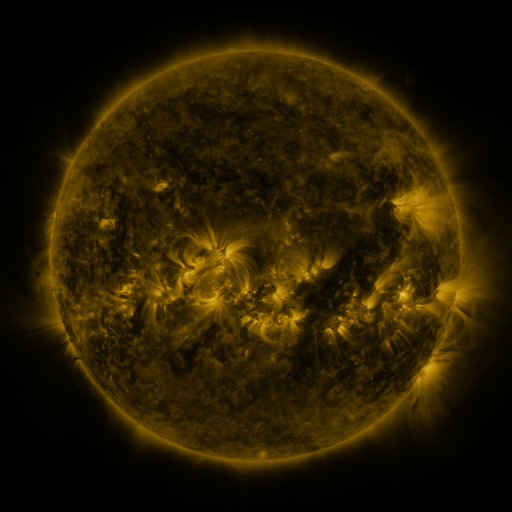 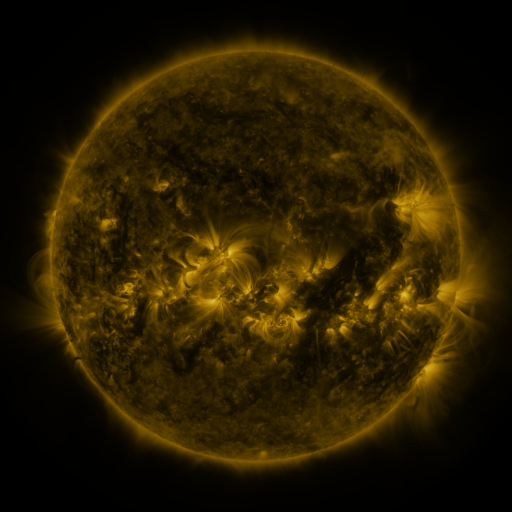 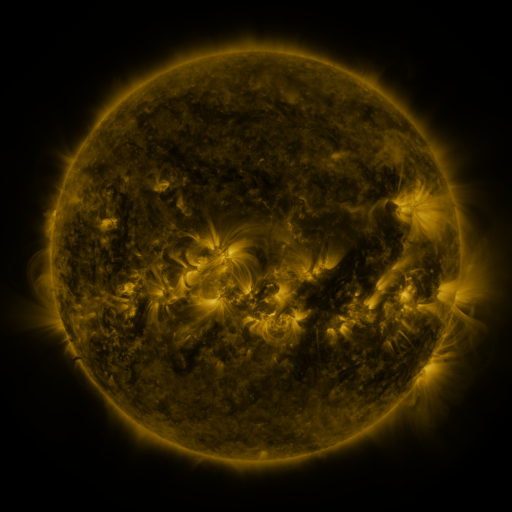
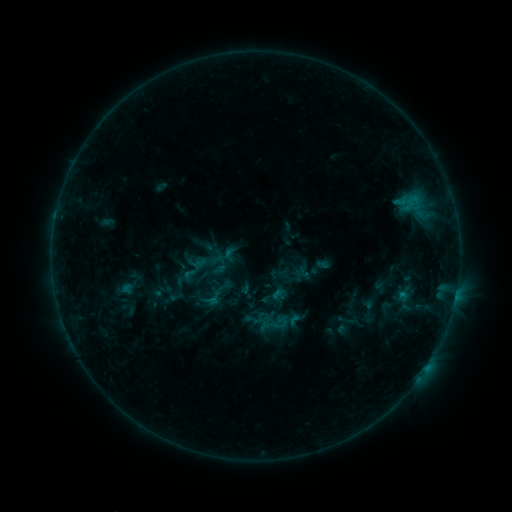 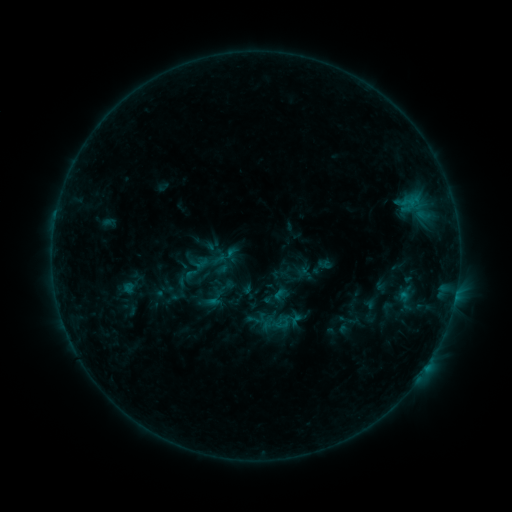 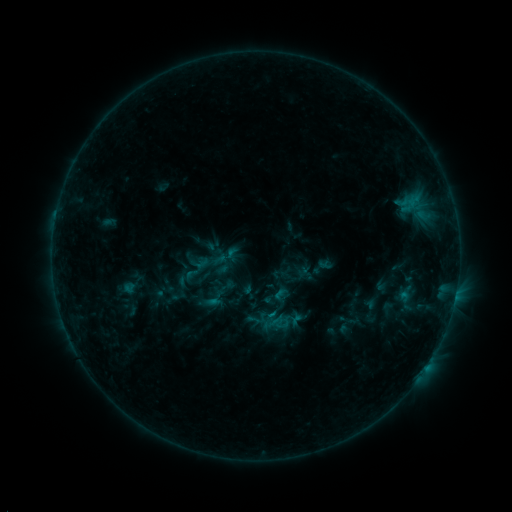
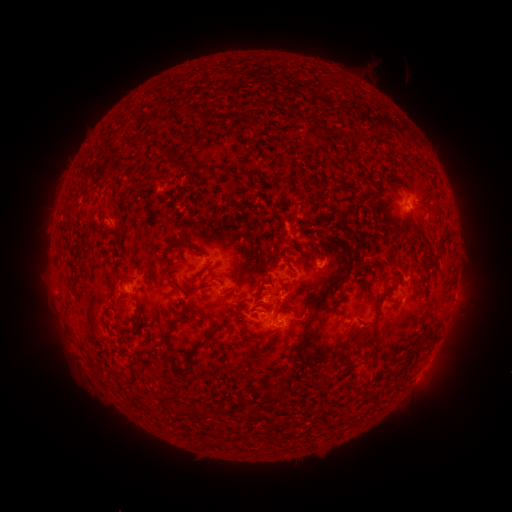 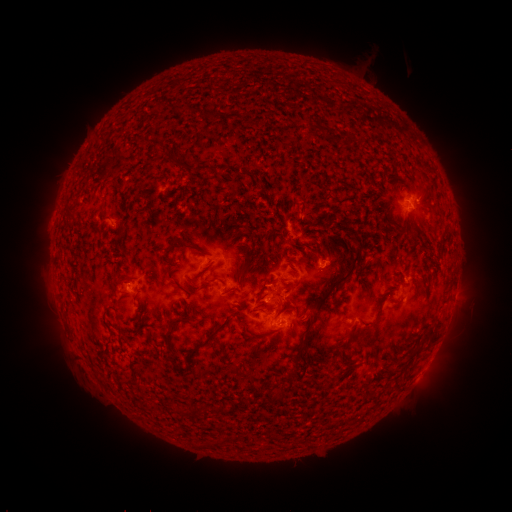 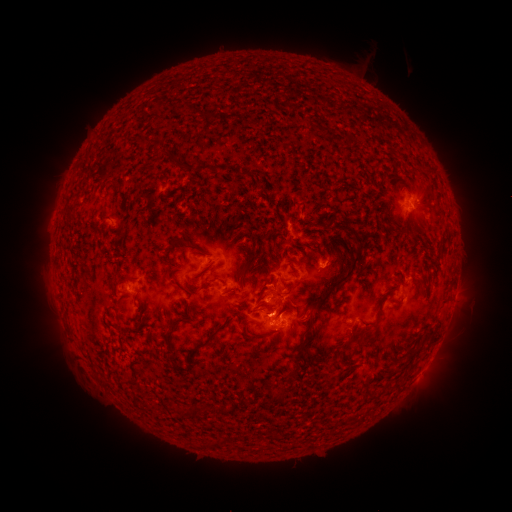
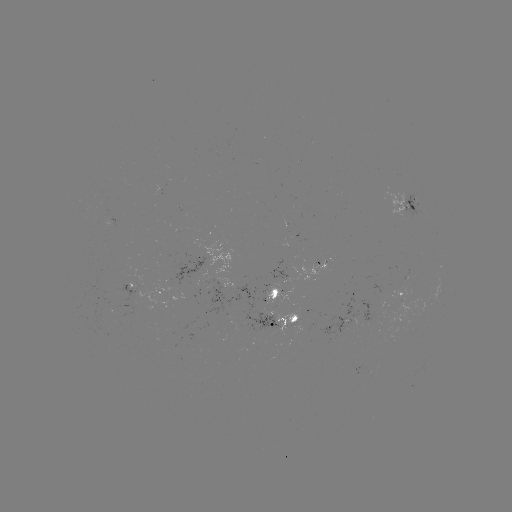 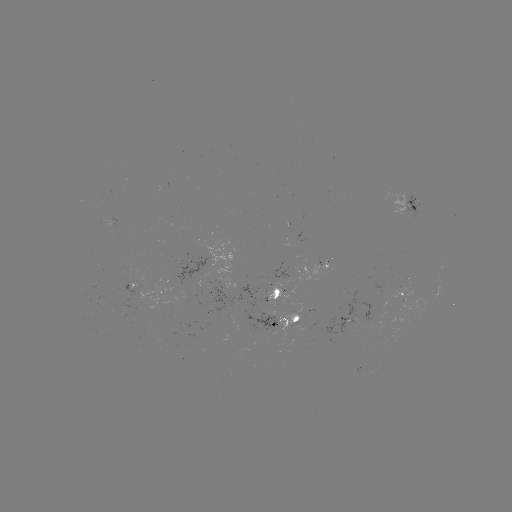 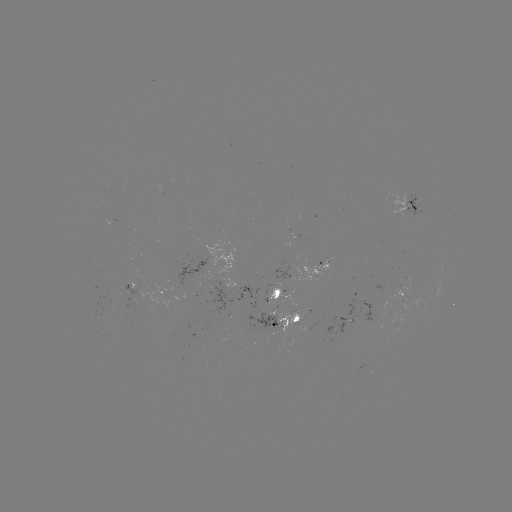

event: emerging-flux region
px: (294, 322)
